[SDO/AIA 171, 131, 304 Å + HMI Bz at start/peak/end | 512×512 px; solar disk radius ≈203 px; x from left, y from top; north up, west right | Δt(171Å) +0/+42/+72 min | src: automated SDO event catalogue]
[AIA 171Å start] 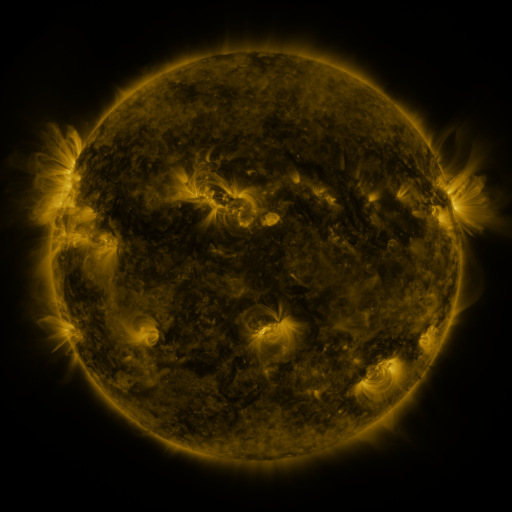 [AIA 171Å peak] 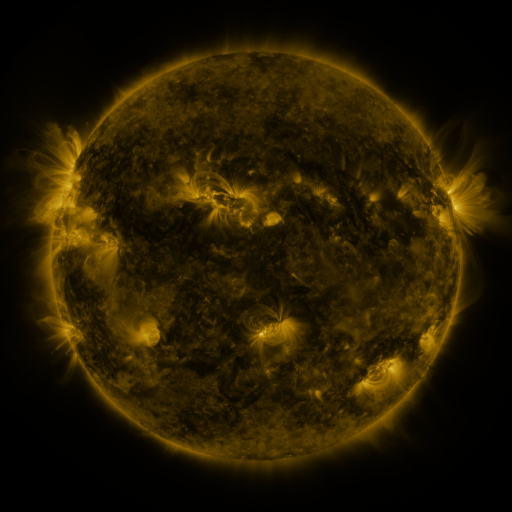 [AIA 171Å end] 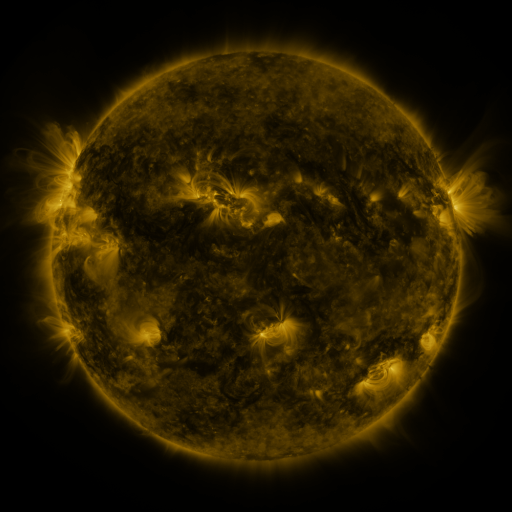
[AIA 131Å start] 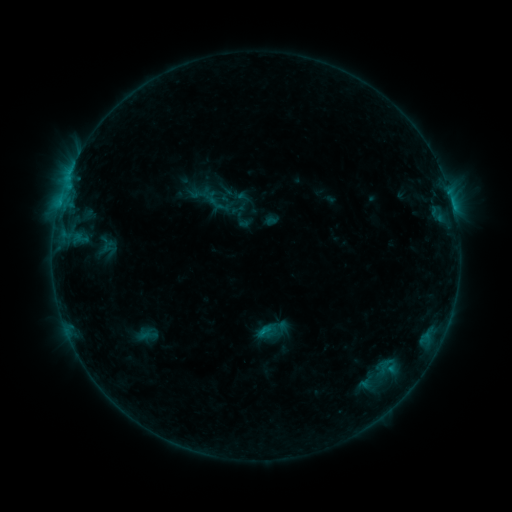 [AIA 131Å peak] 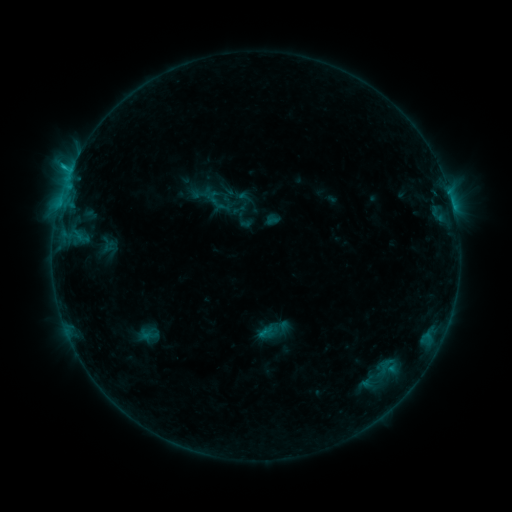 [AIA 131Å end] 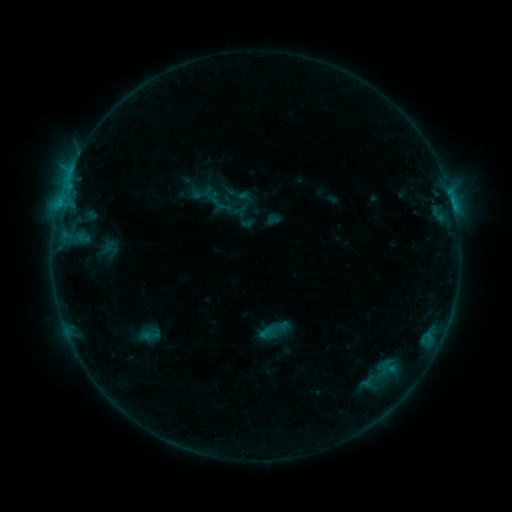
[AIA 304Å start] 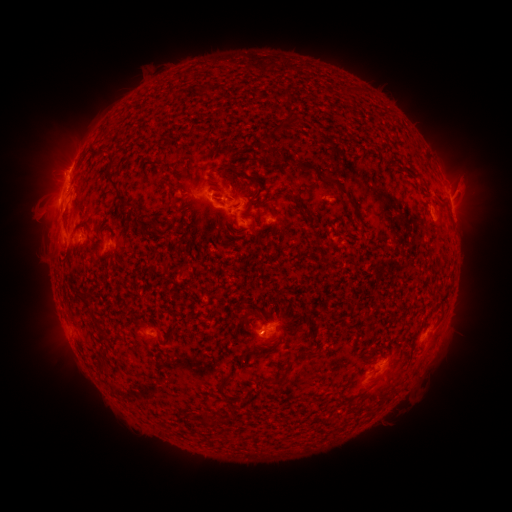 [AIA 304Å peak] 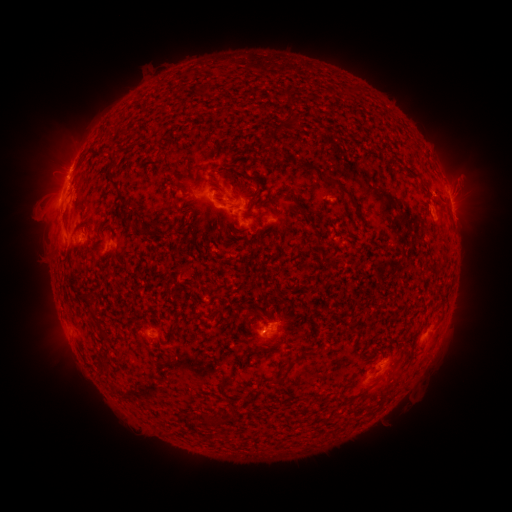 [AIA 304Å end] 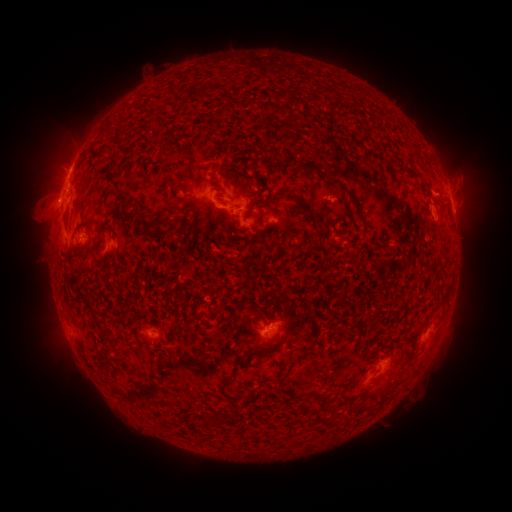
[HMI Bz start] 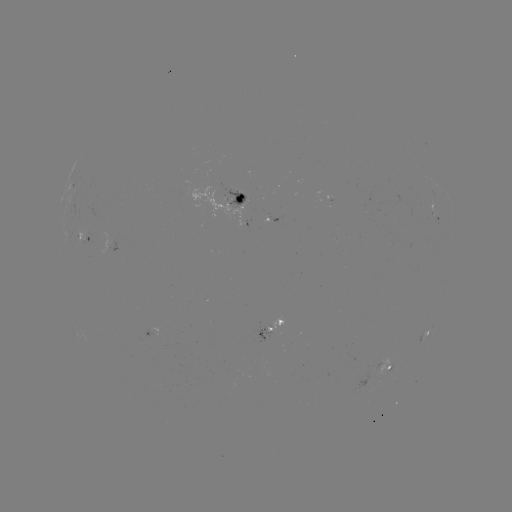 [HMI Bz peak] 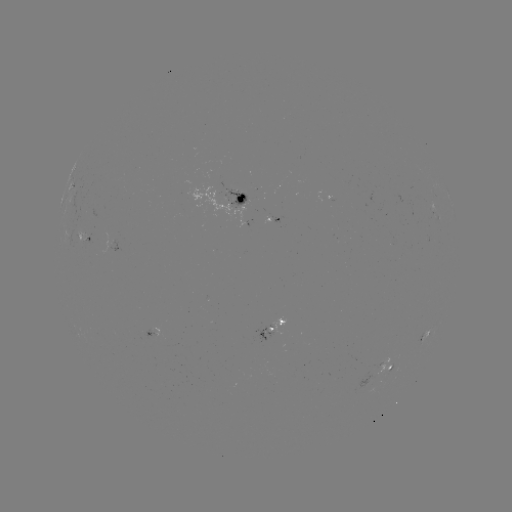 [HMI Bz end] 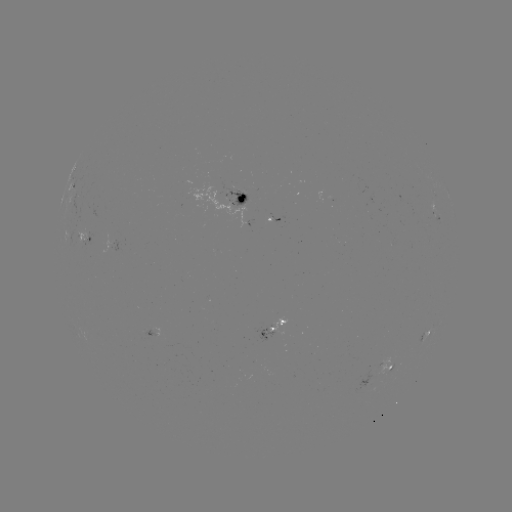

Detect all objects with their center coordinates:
C1.3 flare: (70, 175)
